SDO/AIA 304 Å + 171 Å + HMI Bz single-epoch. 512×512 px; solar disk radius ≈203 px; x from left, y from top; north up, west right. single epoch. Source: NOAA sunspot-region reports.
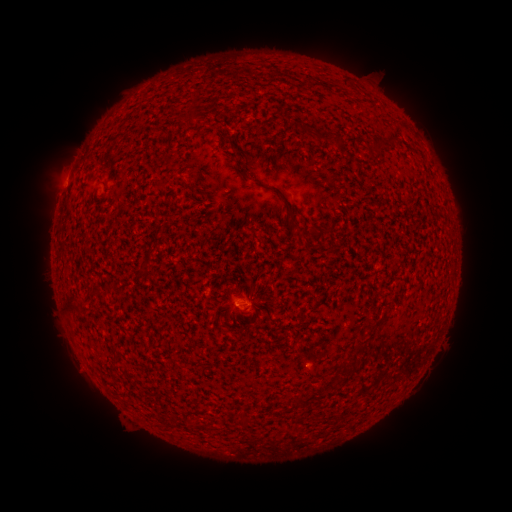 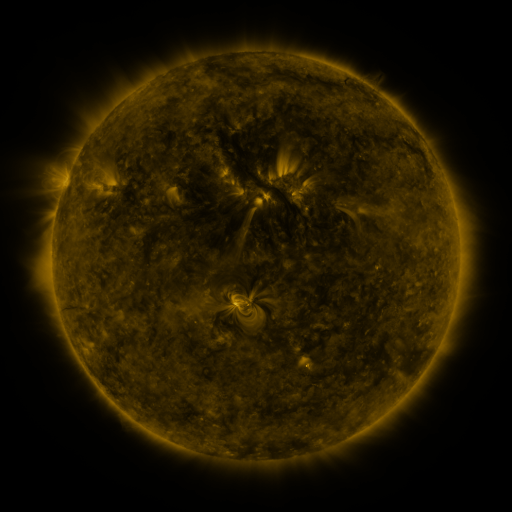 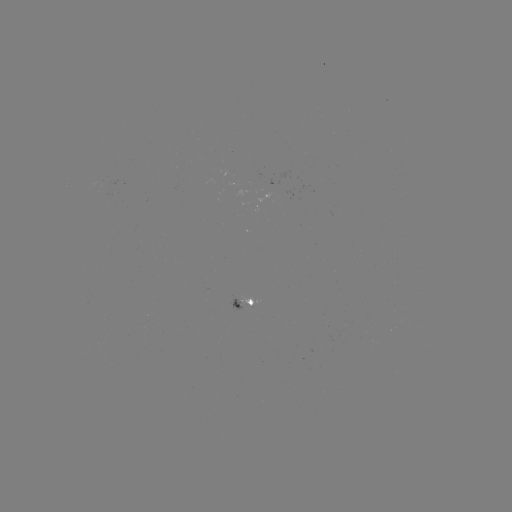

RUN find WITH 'spotted active region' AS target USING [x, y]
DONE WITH [228, 306] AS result